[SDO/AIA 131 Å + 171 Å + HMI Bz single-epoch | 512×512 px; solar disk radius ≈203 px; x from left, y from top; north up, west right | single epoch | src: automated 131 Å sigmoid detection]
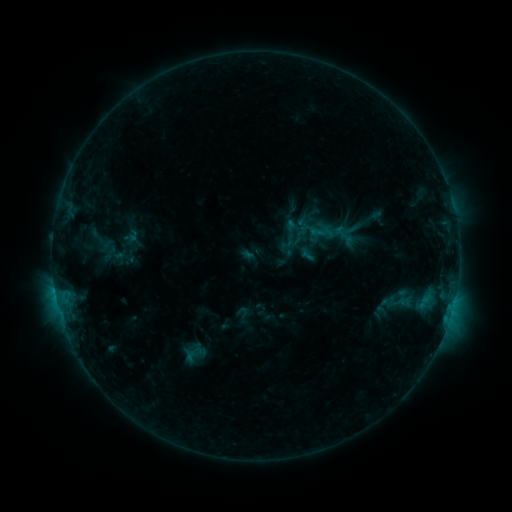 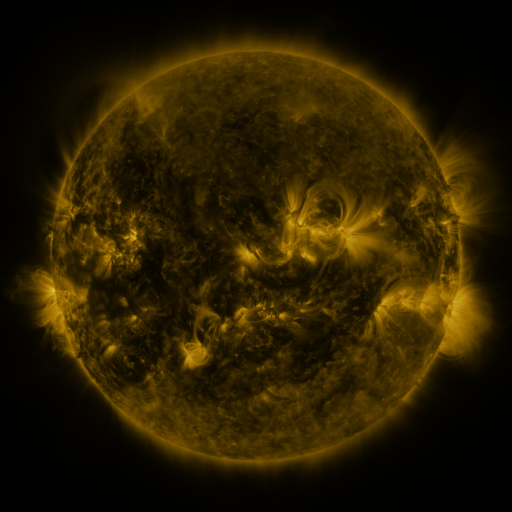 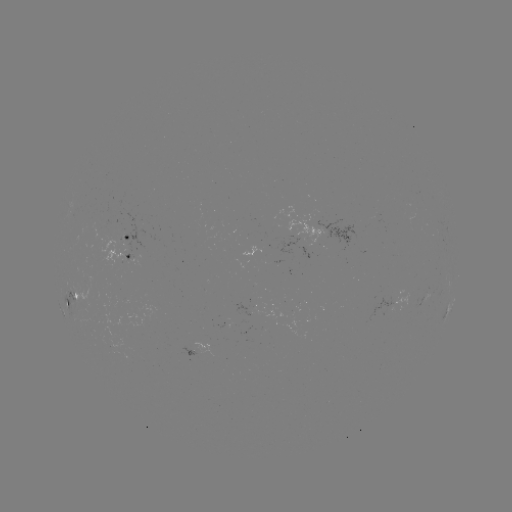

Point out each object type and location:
sigmoid: (344, 235)
